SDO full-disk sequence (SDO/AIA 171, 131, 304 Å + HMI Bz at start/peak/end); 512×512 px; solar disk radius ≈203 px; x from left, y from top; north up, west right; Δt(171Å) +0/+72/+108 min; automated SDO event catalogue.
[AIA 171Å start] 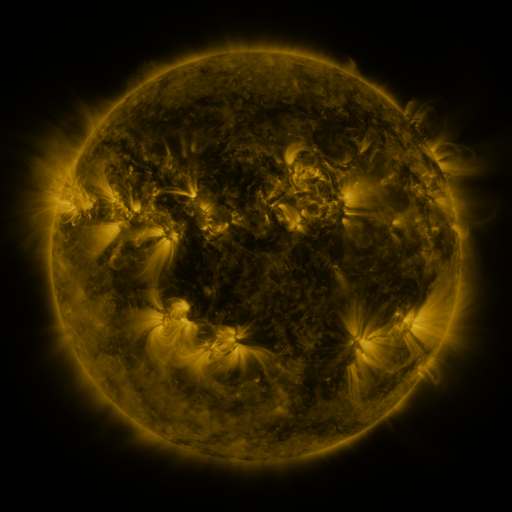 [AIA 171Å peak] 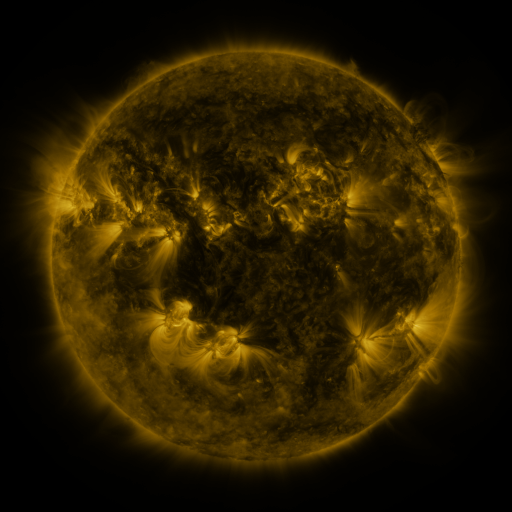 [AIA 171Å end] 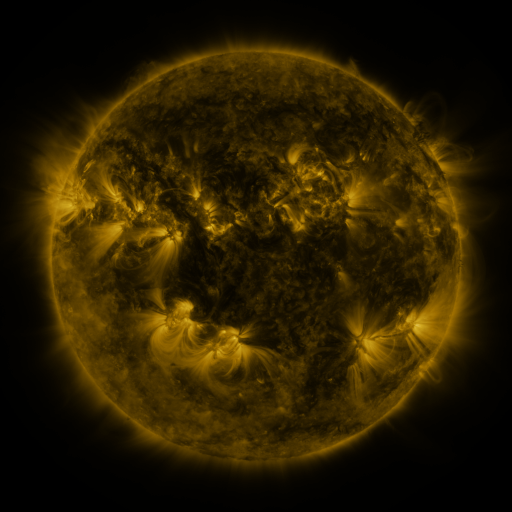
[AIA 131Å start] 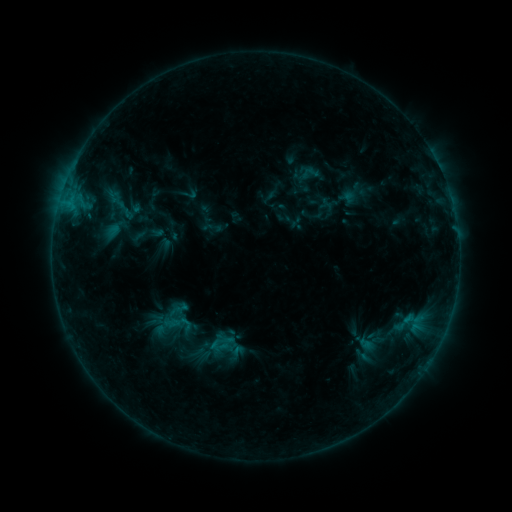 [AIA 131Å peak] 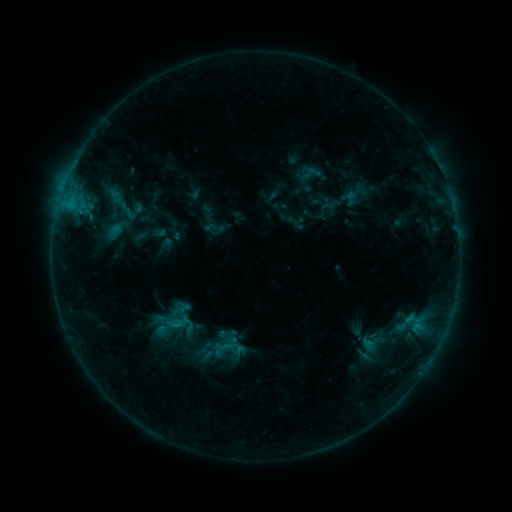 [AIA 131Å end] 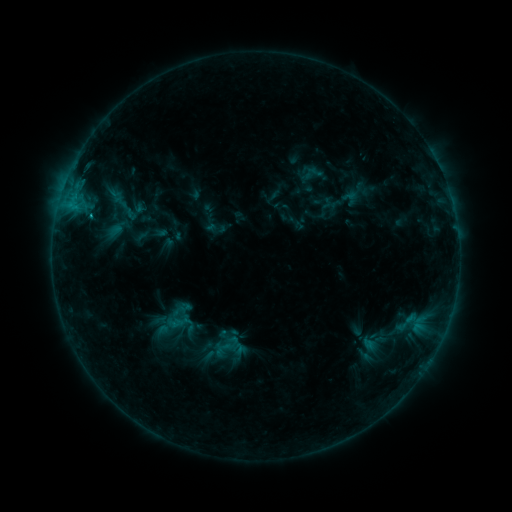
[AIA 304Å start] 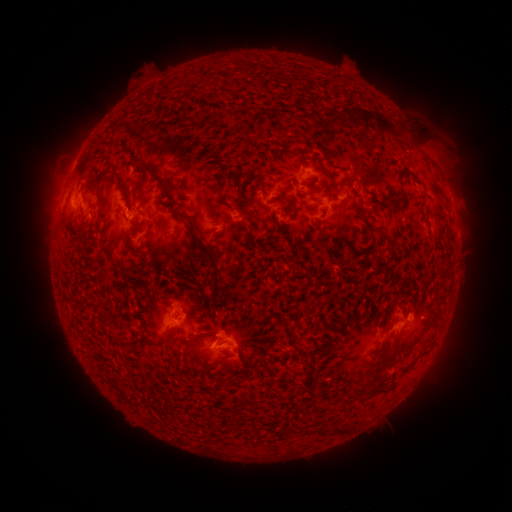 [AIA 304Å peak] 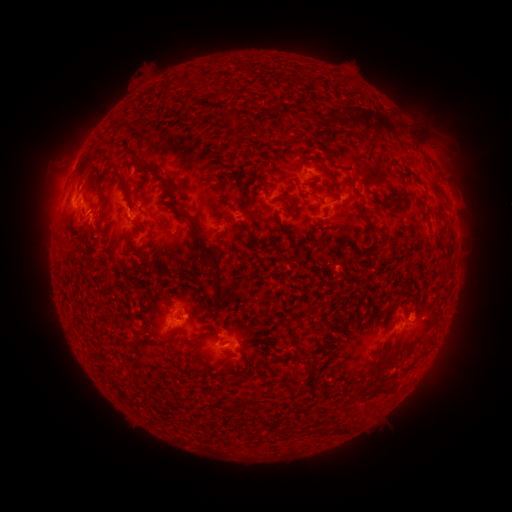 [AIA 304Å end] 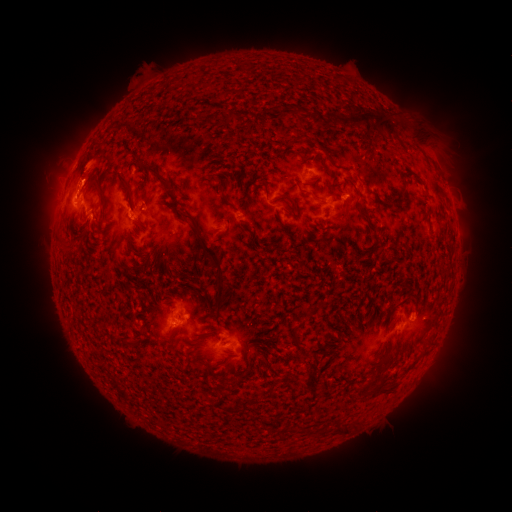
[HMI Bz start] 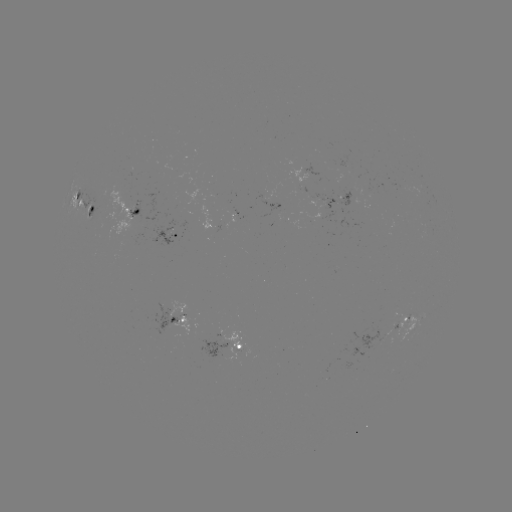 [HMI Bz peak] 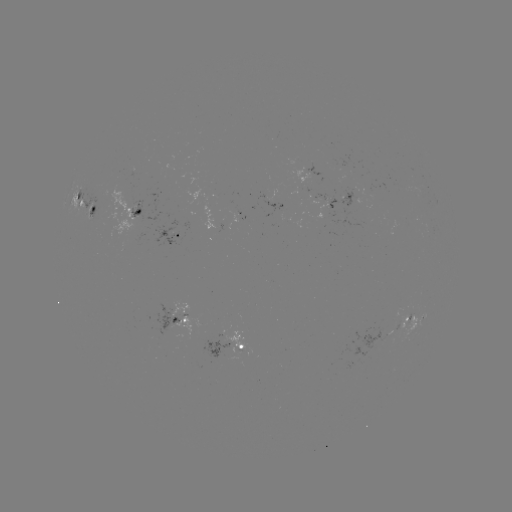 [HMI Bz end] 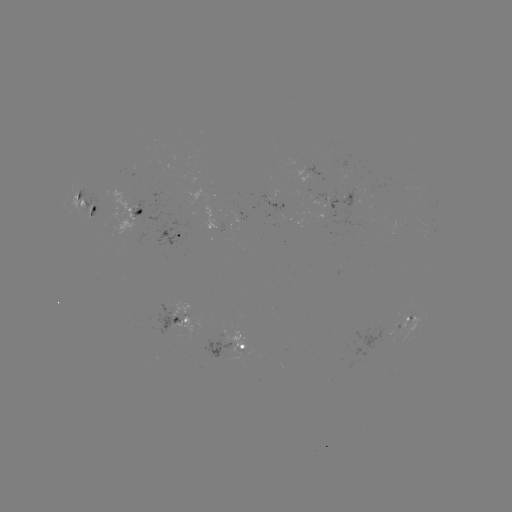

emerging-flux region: [84, 191, 106, 219]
